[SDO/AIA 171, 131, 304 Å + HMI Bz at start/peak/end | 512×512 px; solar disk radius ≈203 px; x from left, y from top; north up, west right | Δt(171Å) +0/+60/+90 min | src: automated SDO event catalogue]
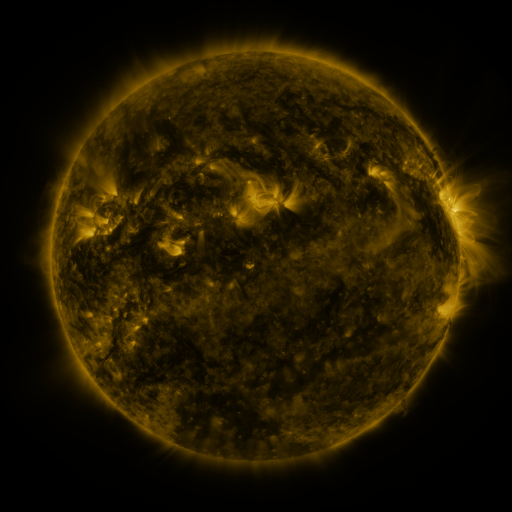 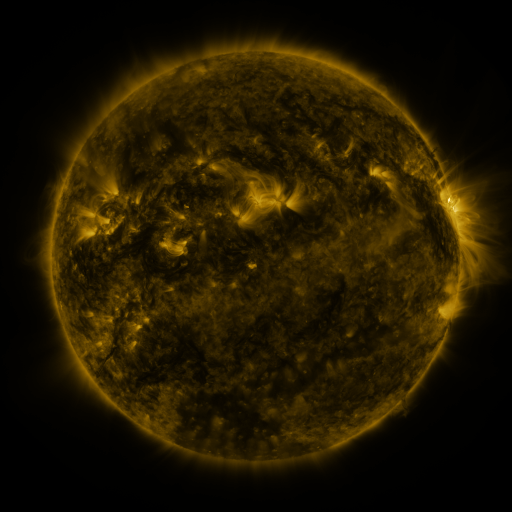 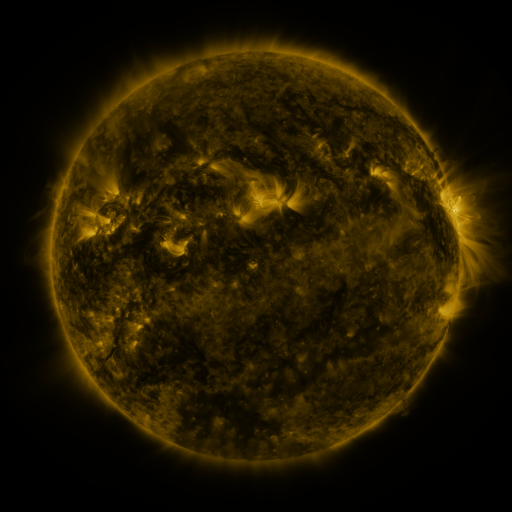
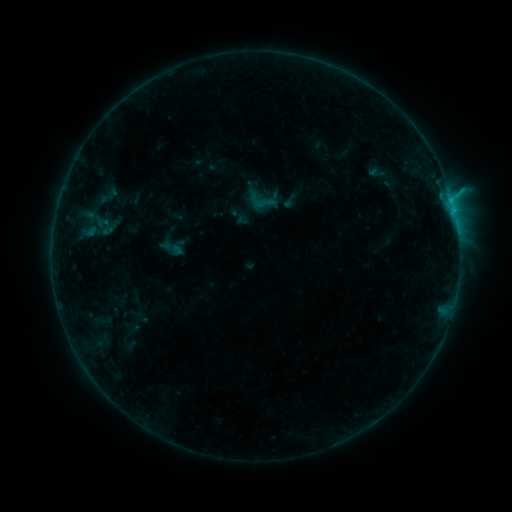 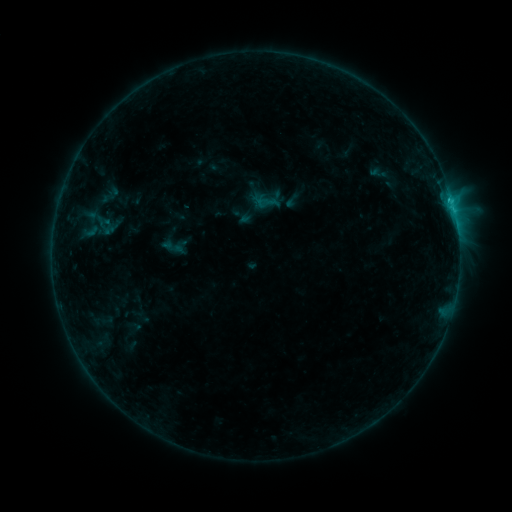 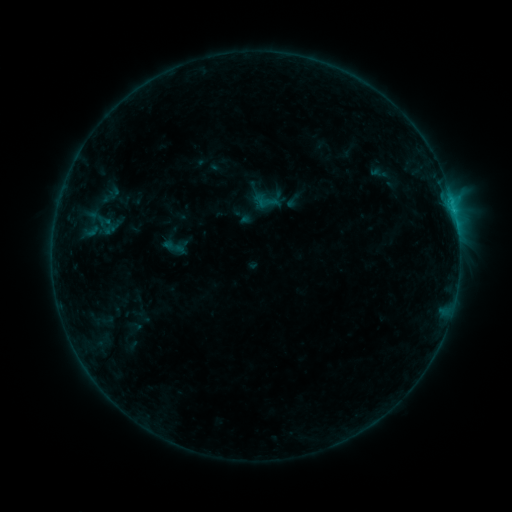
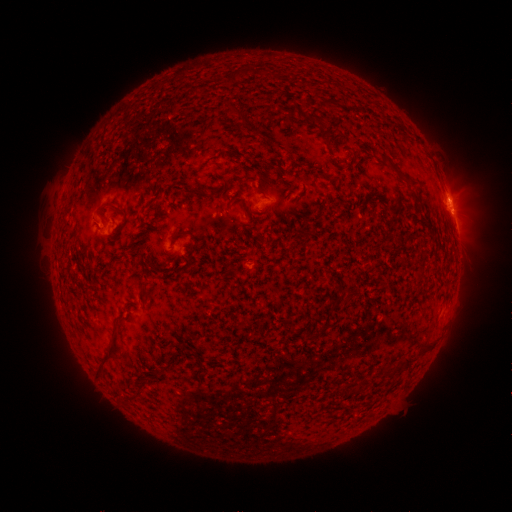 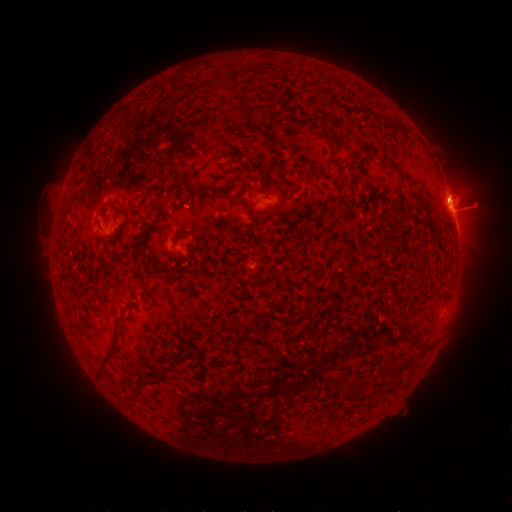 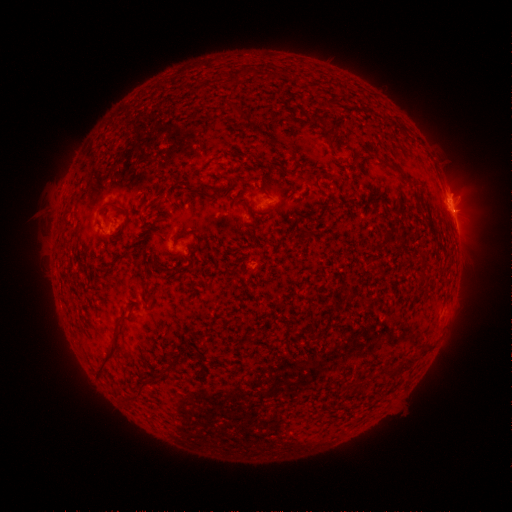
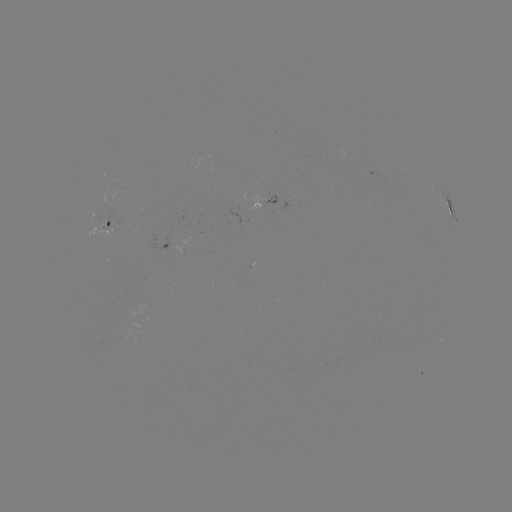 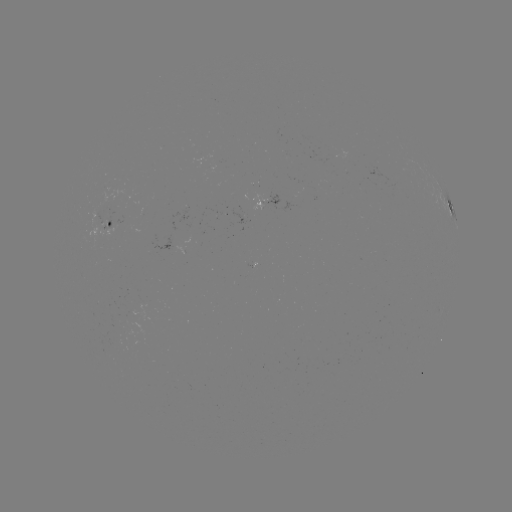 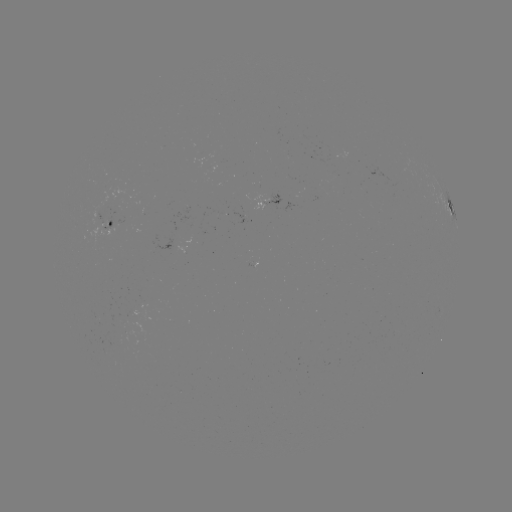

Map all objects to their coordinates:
emerging-flux region: (105, 219)
